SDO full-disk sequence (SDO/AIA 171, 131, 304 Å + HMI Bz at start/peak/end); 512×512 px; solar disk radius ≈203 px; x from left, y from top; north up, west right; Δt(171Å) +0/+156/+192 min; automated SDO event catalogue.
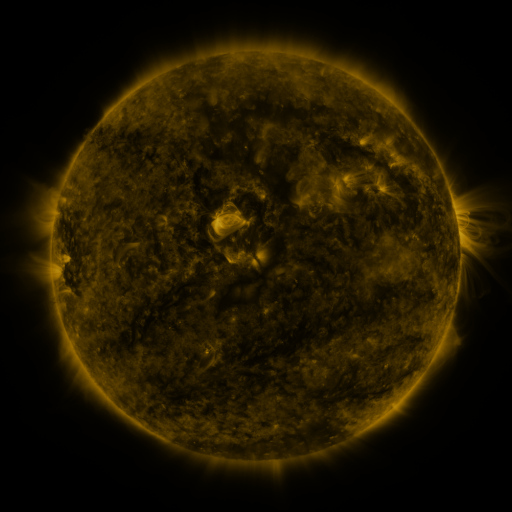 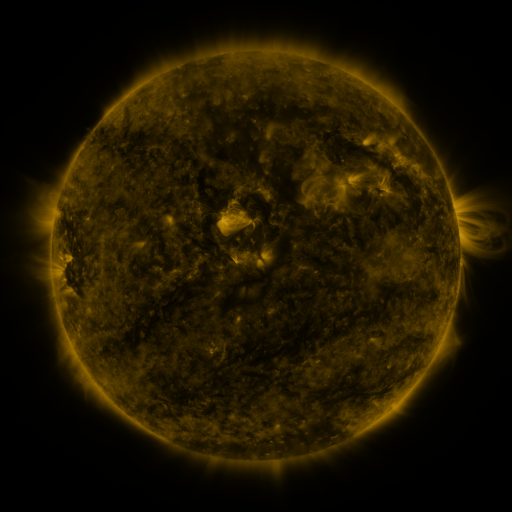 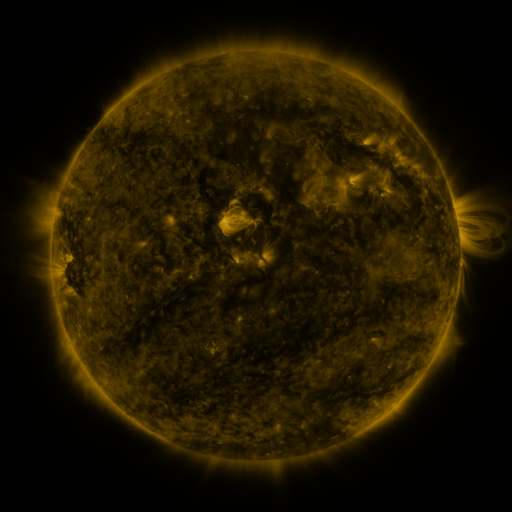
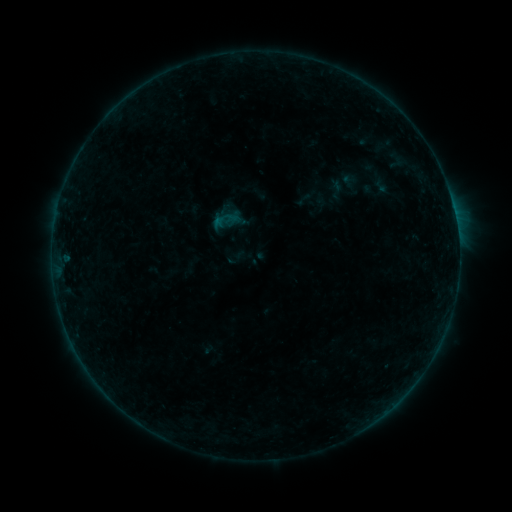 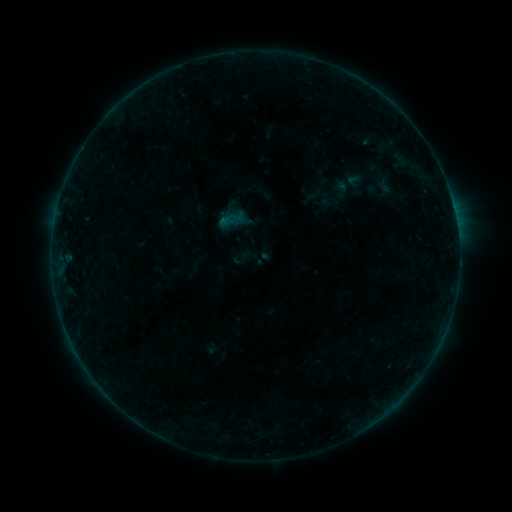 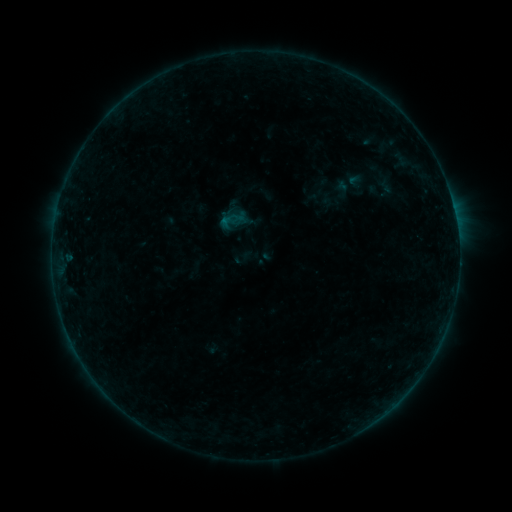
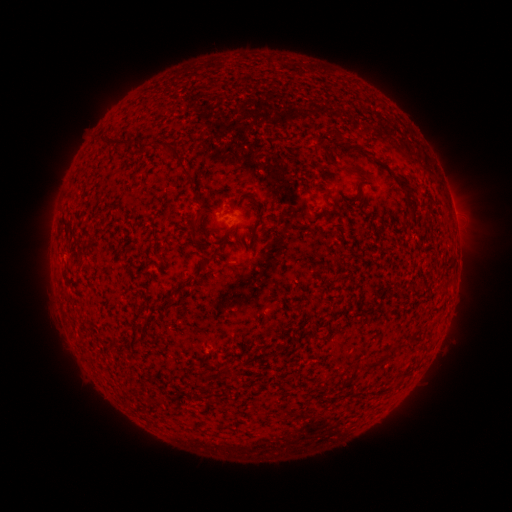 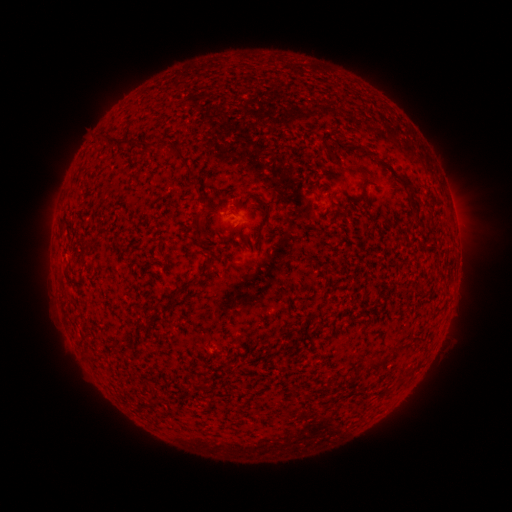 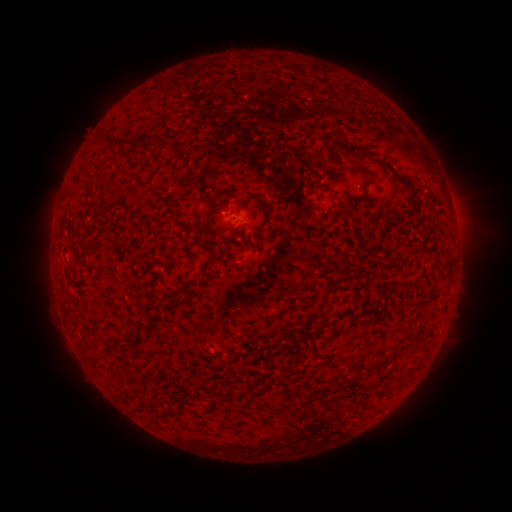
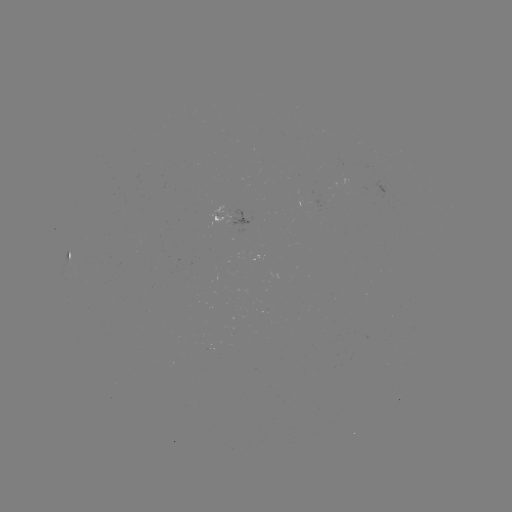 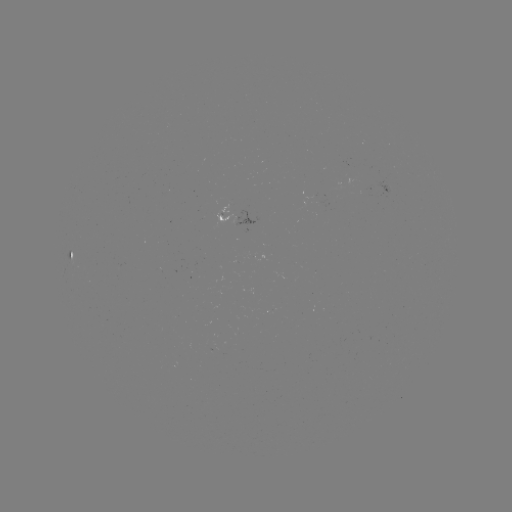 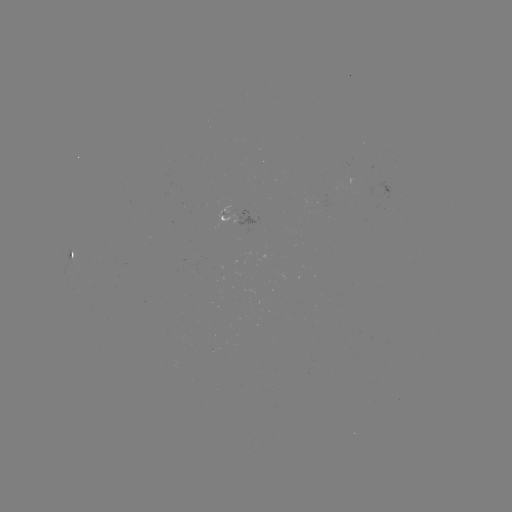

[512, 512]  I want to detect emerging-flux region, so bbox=[308, 198, 328, 206].